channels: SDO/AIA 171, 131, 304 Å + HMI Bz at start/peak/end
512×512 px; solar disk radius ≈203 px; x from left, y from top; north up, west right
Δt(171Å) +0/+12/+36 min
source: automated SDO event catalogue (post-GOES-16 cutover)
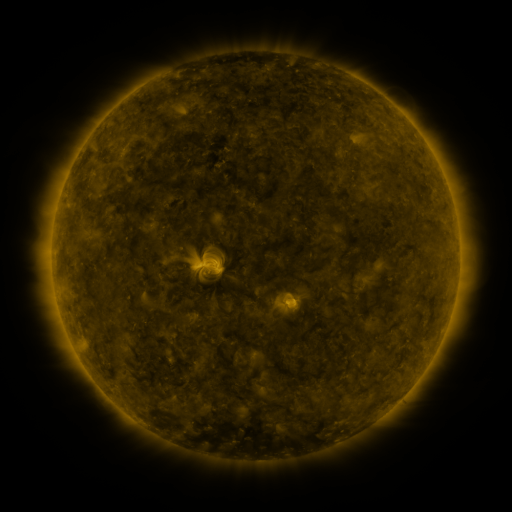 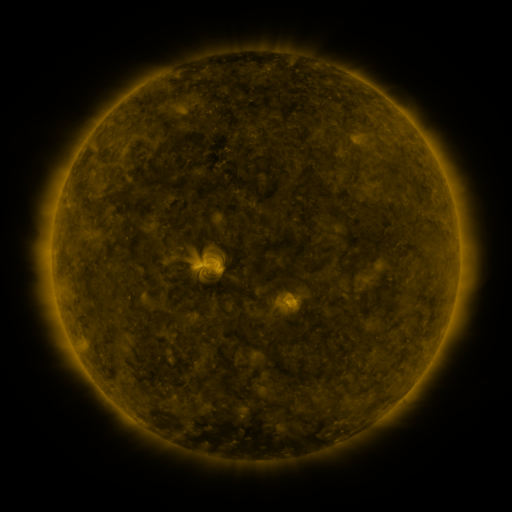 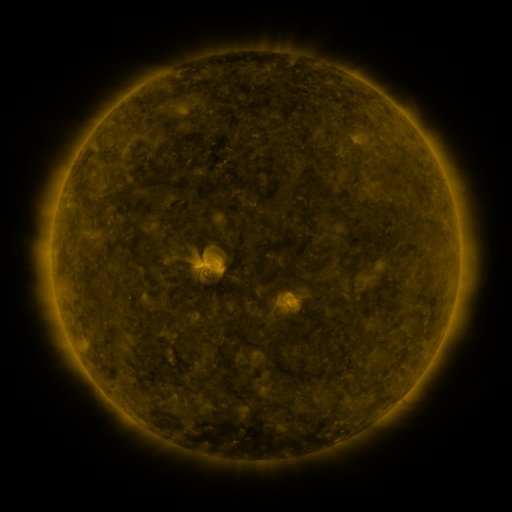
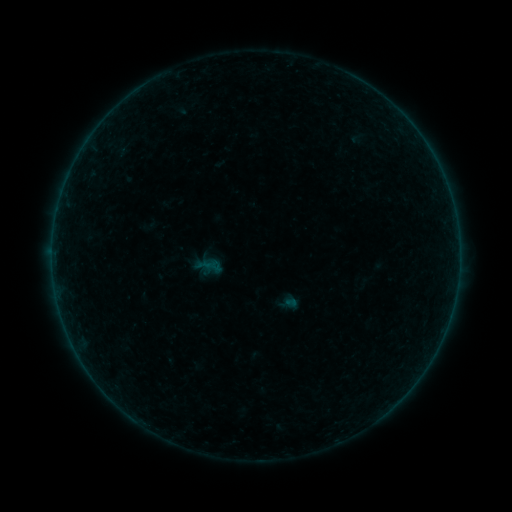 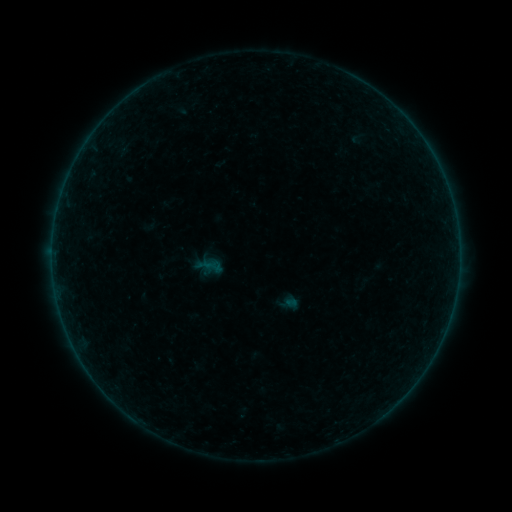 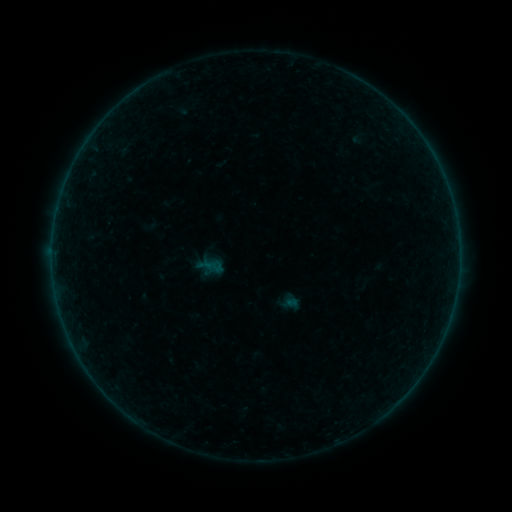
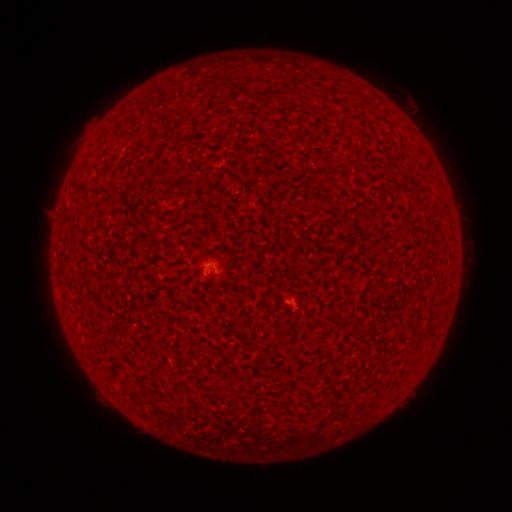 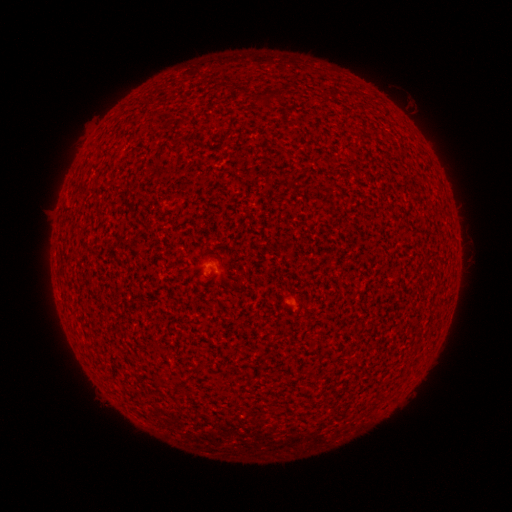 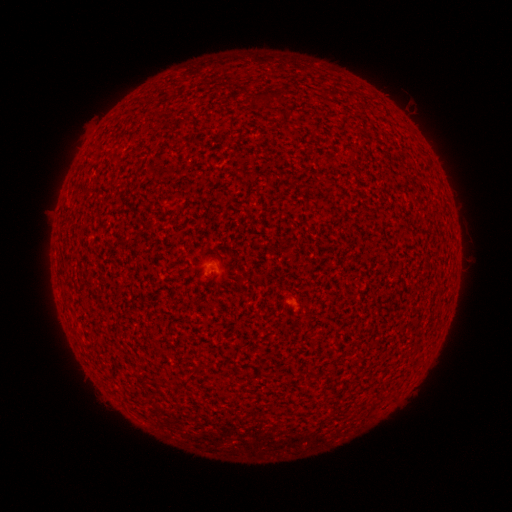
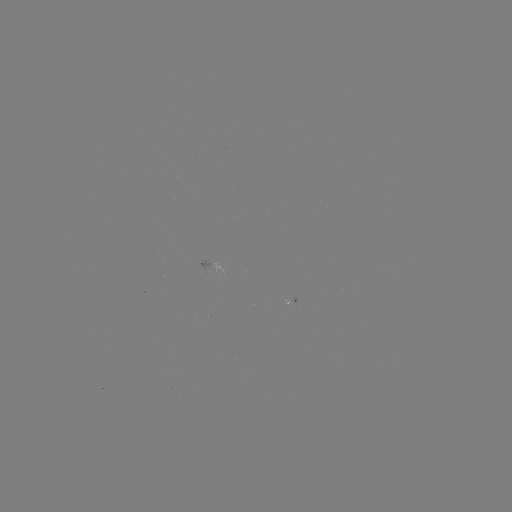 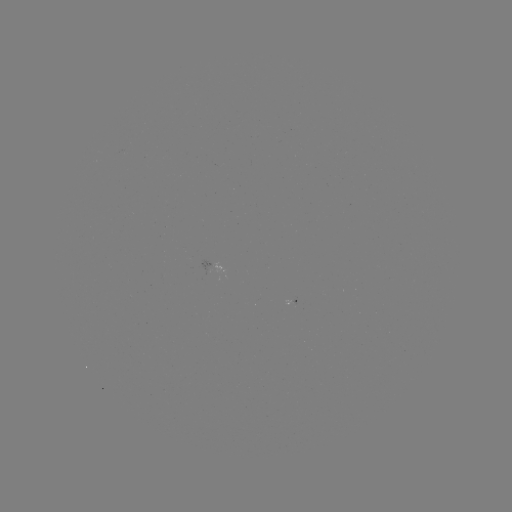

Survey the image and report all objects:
A1.8 flare: (213, 268)
